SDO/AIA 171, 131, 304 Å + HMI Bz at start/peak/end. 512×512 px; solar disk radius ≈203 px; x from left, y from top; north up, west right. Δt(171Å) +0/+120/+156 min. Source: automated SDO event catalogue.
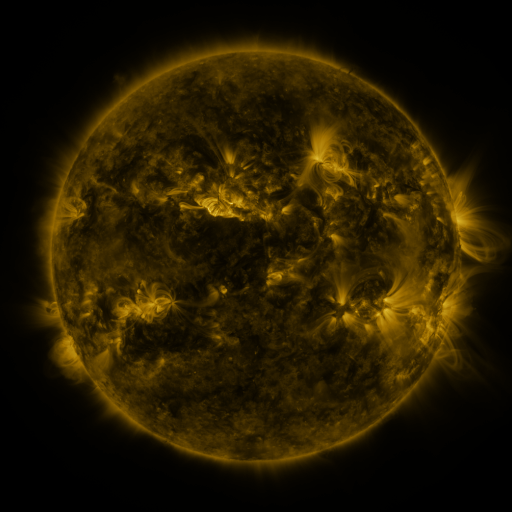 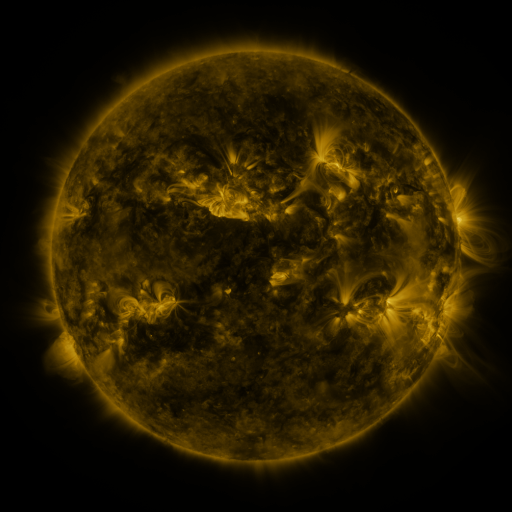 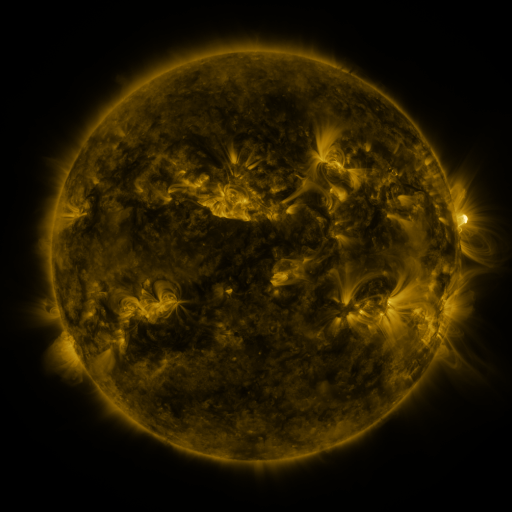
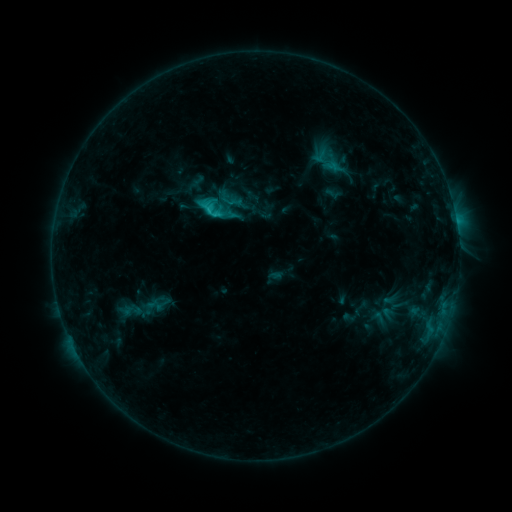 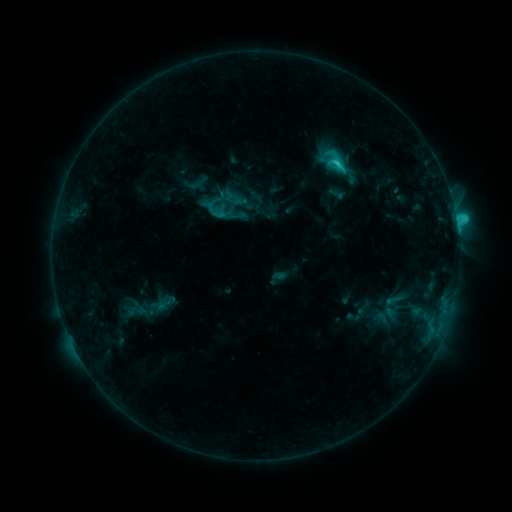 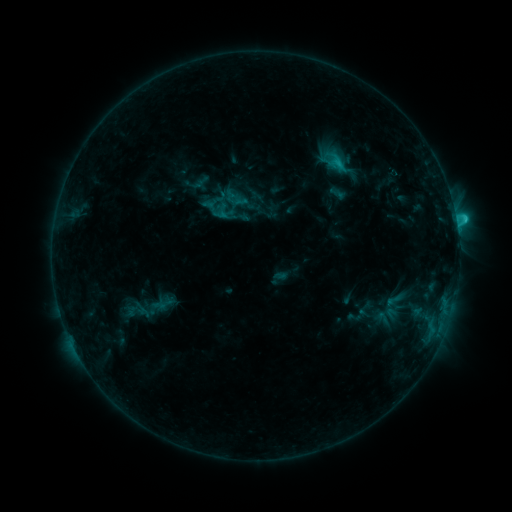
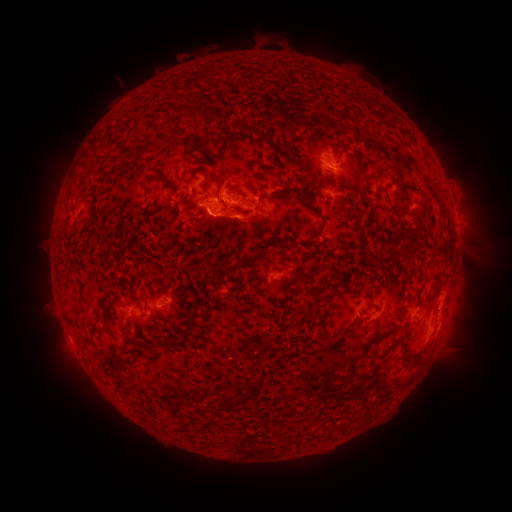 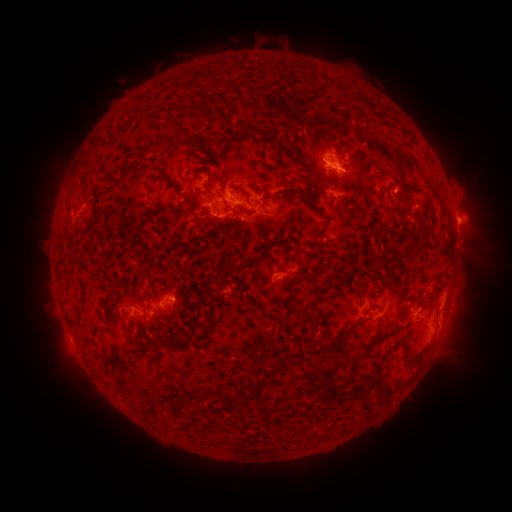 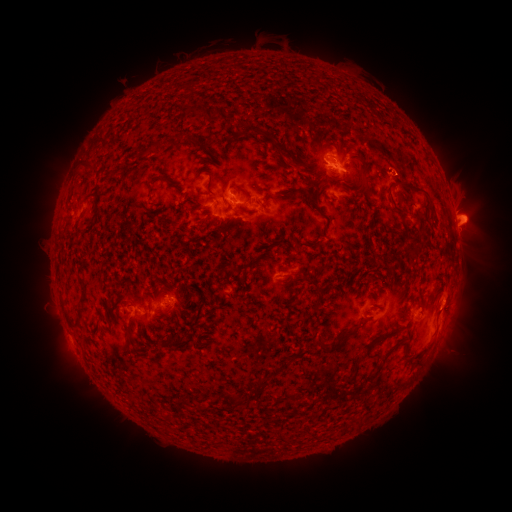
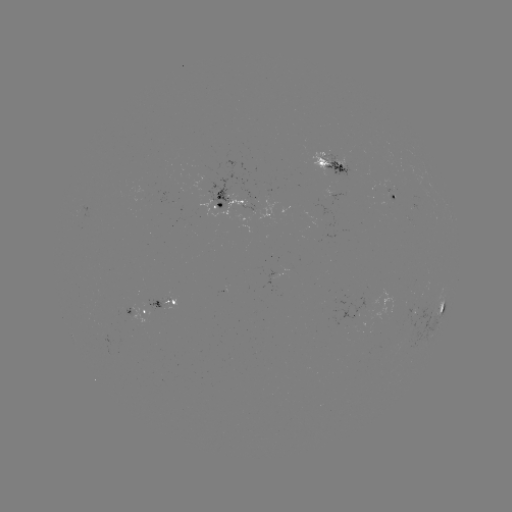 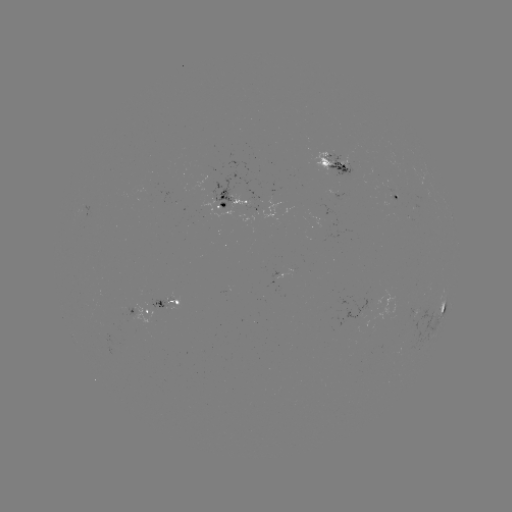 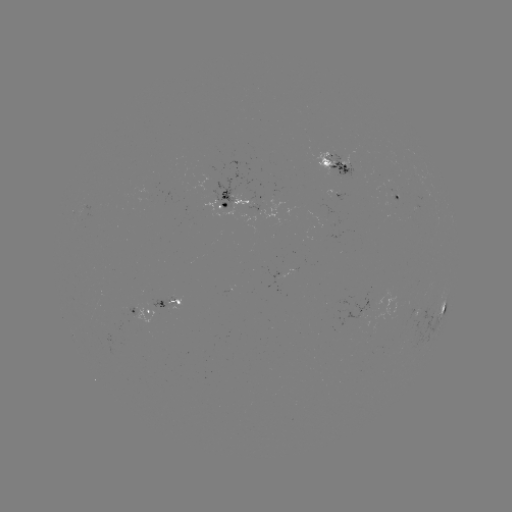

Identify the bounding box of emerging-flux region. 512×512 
[324, 149, 359, 178].